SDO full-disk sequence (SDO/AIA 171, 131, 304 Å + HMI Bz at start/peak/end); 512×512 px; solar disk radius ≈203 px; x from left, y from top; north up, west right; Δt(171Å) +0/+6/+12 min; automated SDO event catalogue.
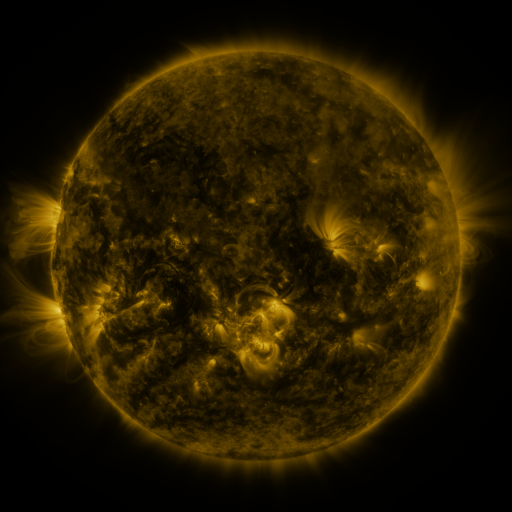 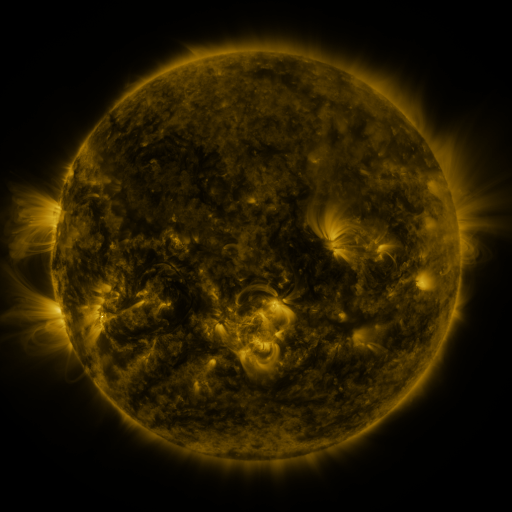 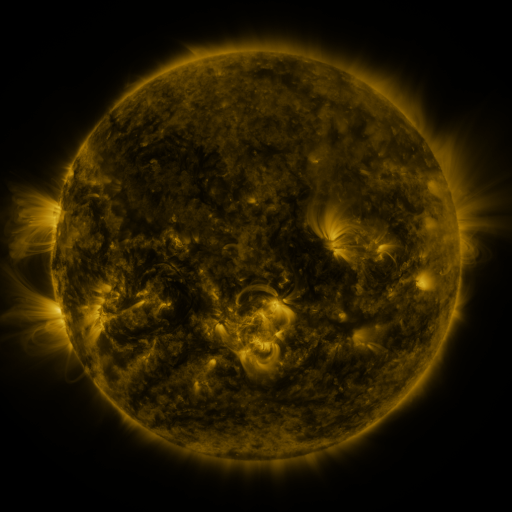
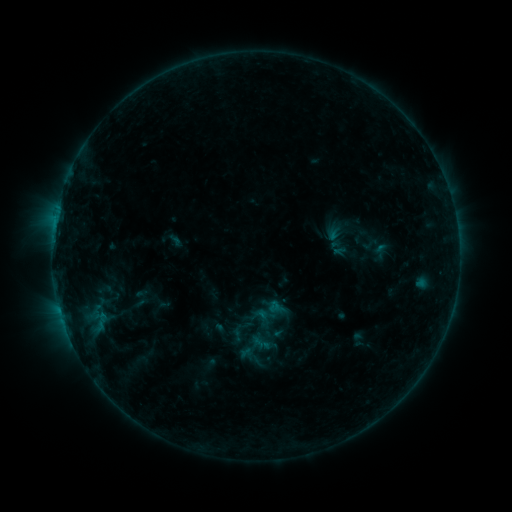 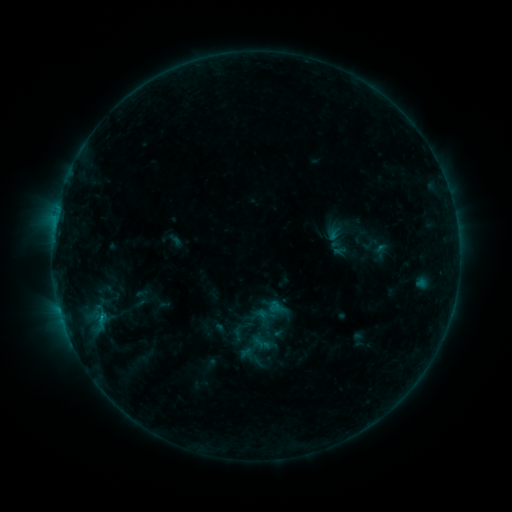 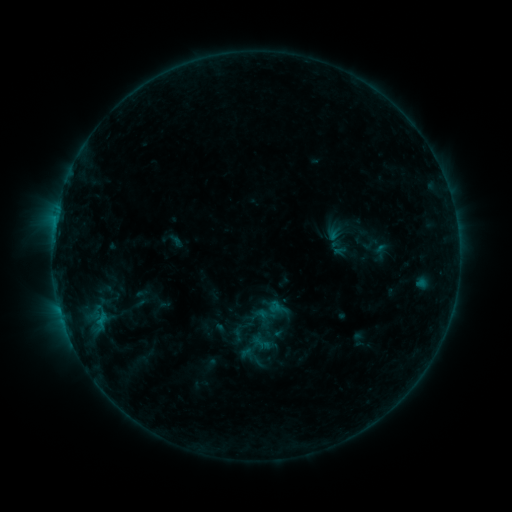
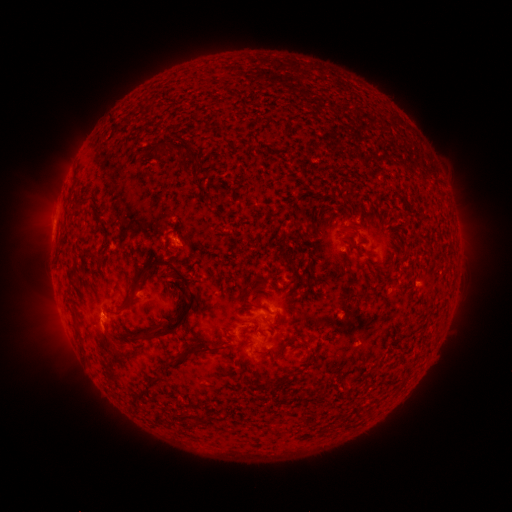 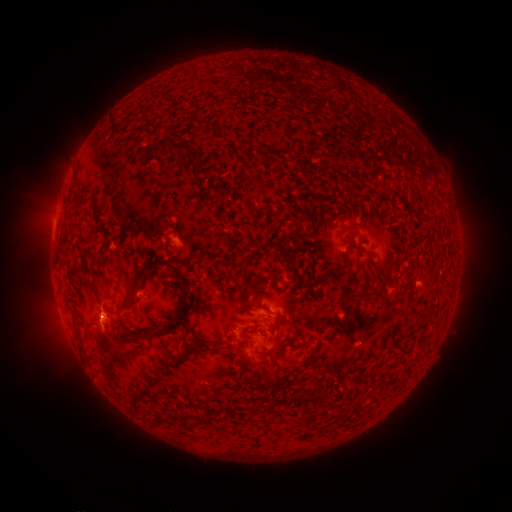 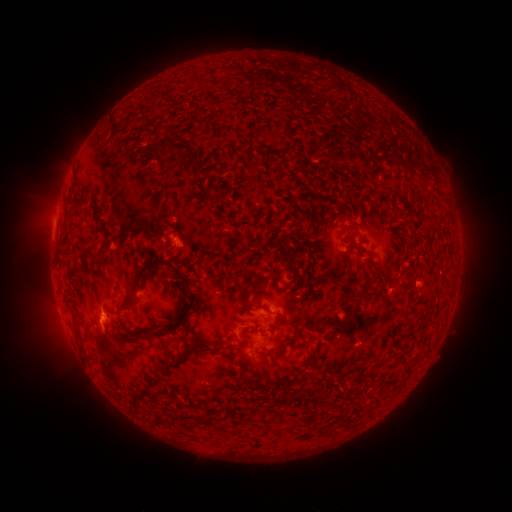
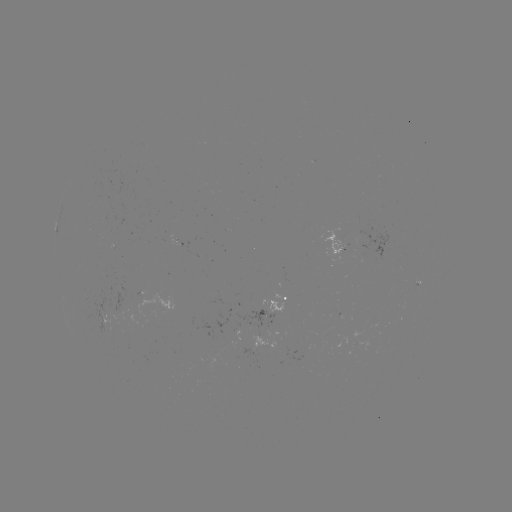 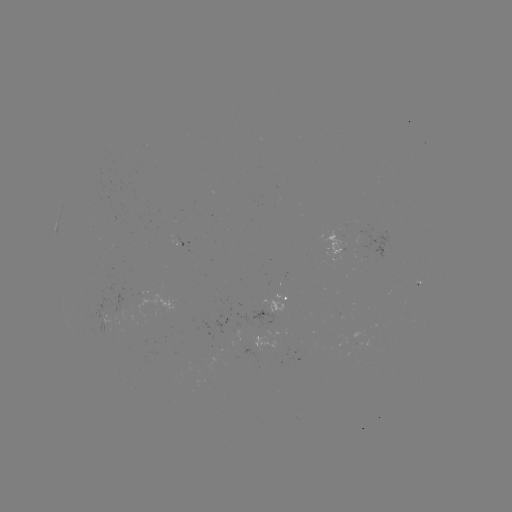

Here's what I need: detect B3.9 flare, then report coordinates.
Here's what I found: B3.9 flare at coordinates (101, 318).